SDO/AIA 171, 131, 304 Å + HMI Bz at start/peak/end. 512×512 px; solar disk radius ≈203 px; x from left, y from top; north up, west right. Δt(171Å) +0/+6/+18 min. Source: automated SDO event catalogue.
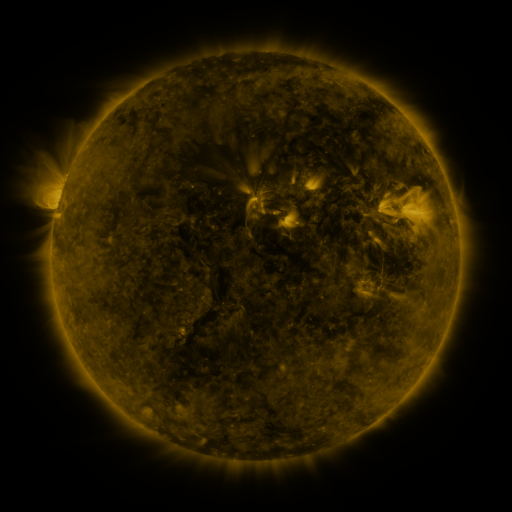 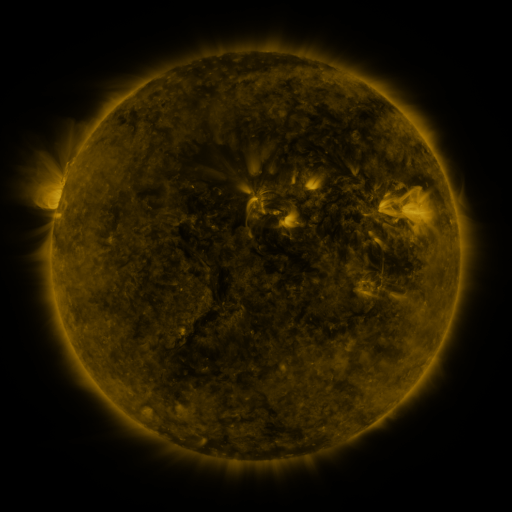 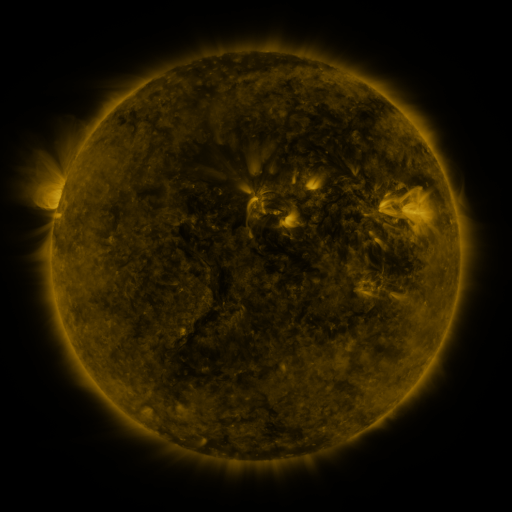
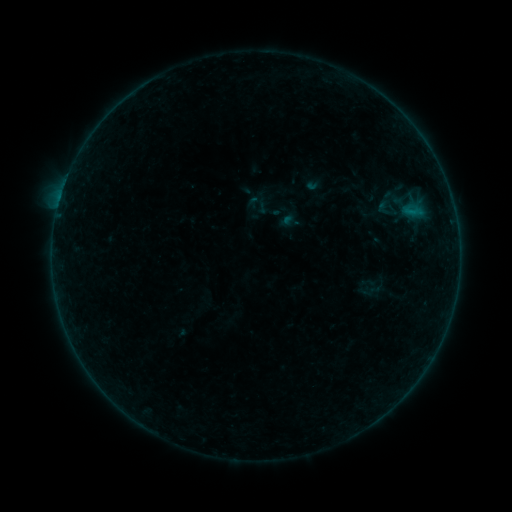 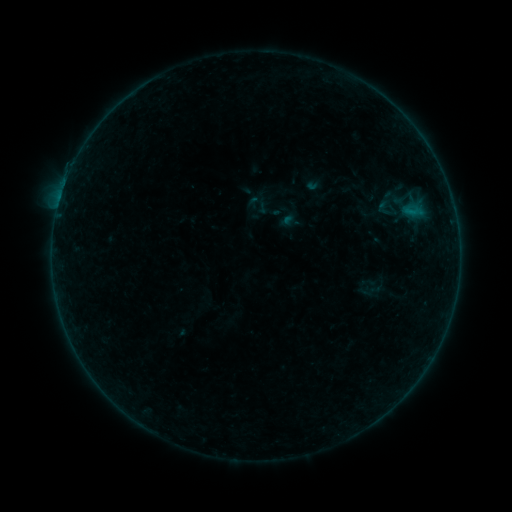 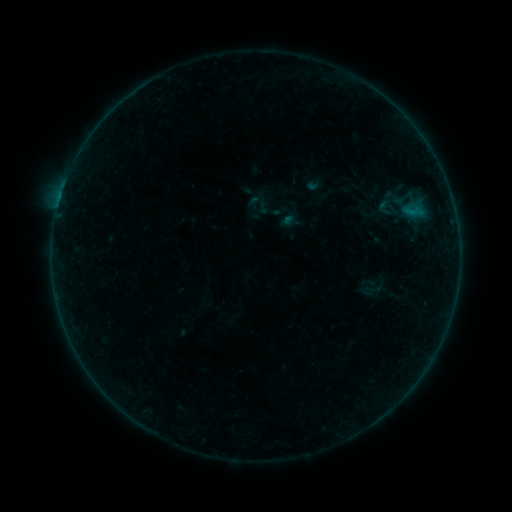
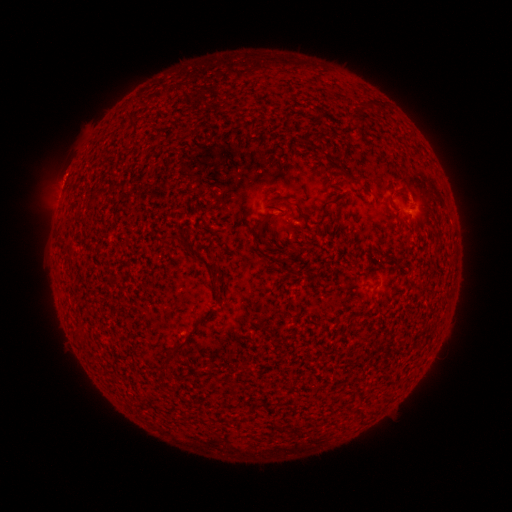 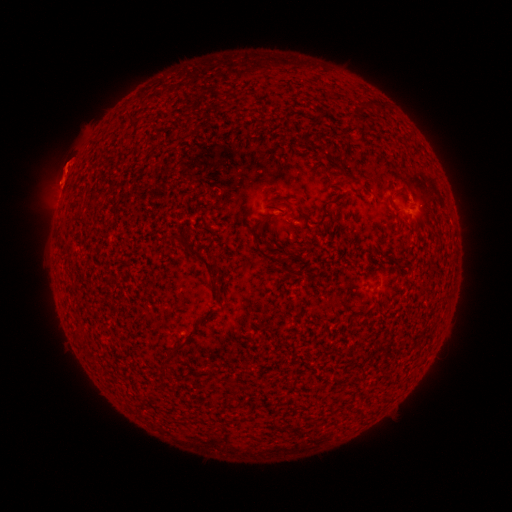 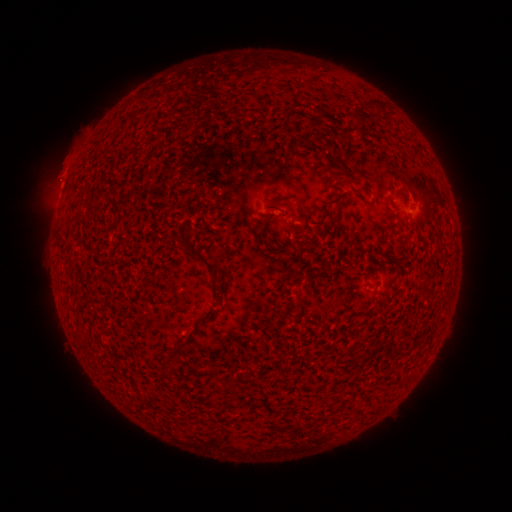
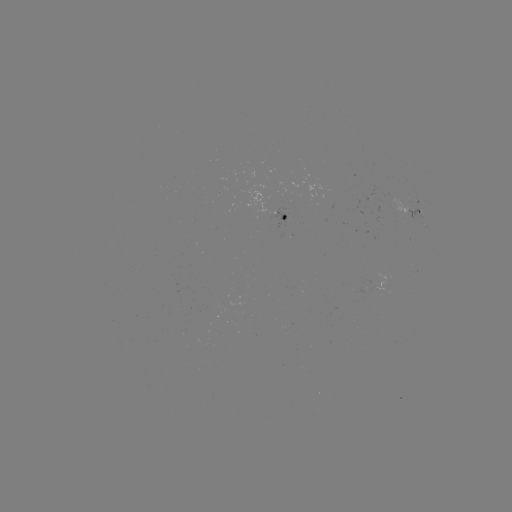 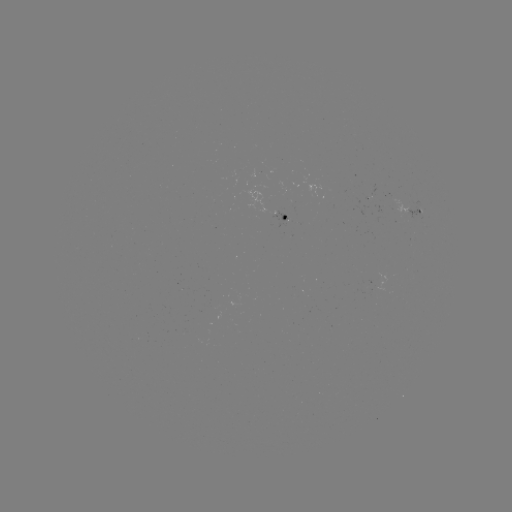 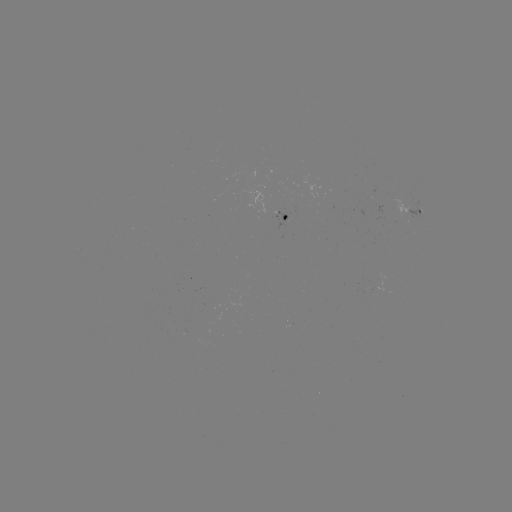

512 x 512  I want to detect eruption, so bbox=[34, 143, 91, 205].